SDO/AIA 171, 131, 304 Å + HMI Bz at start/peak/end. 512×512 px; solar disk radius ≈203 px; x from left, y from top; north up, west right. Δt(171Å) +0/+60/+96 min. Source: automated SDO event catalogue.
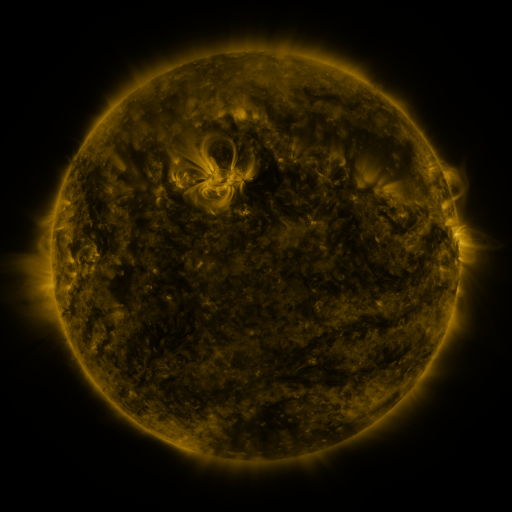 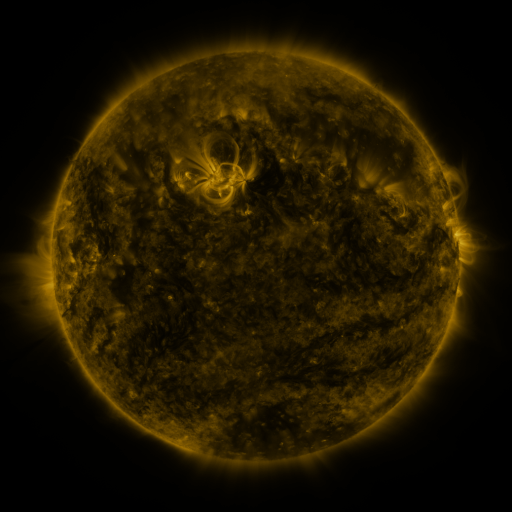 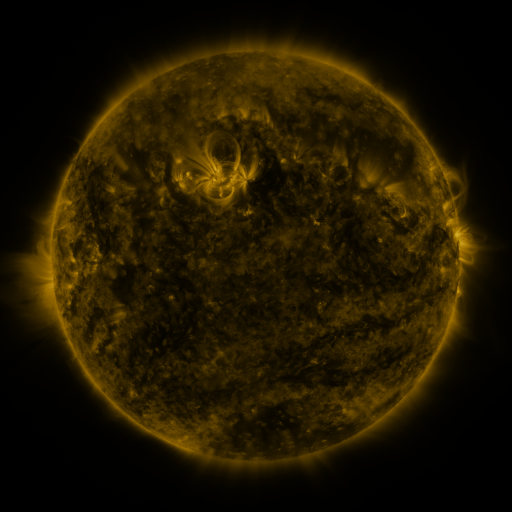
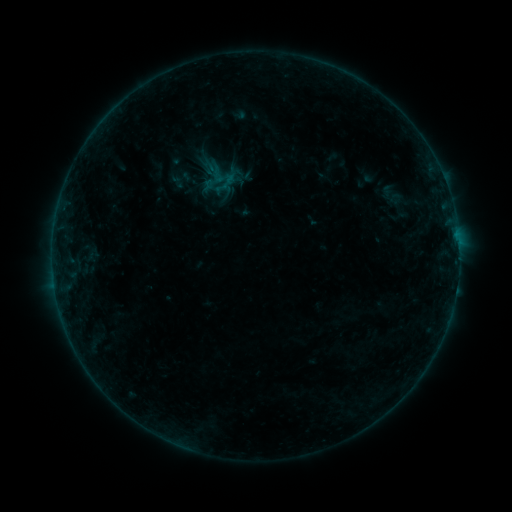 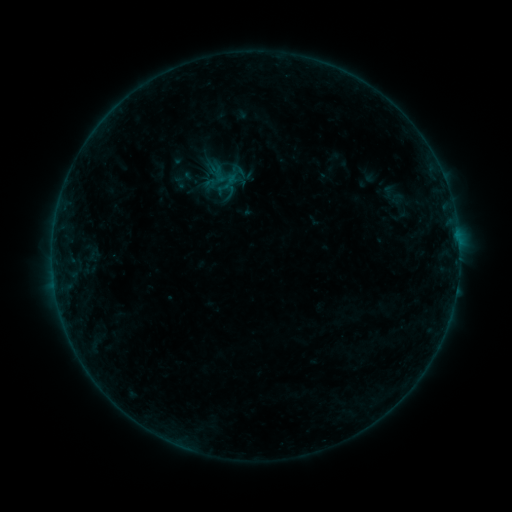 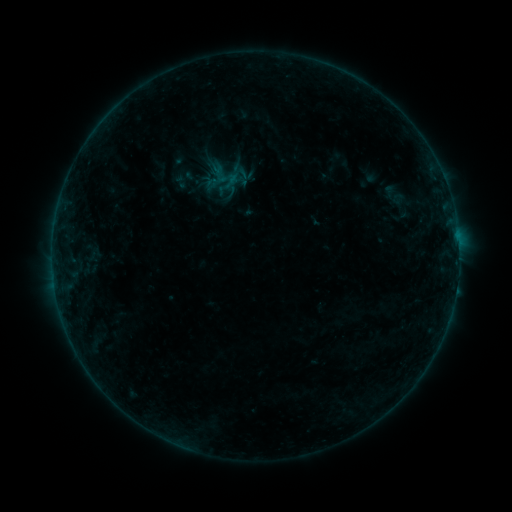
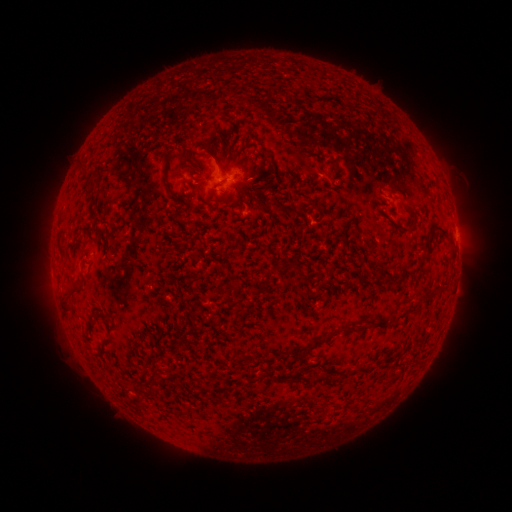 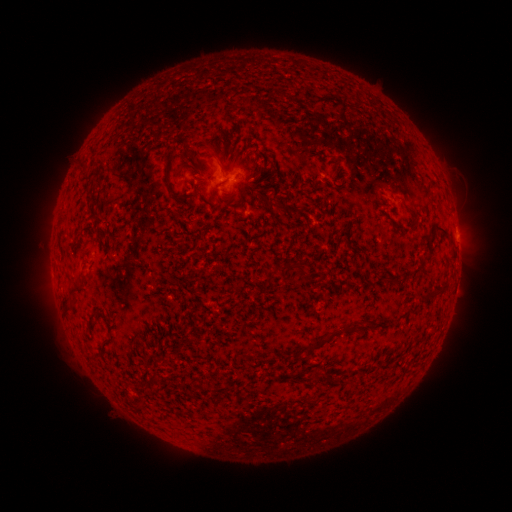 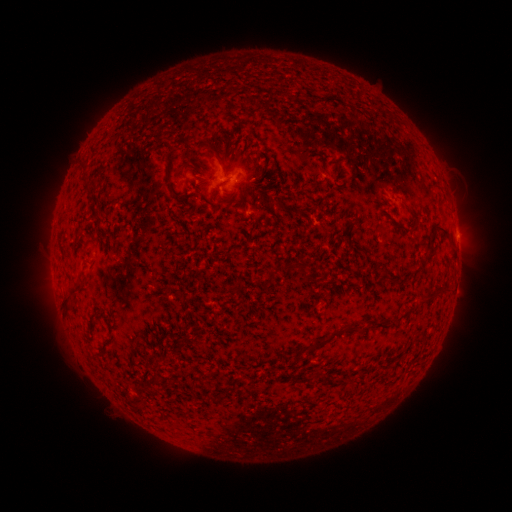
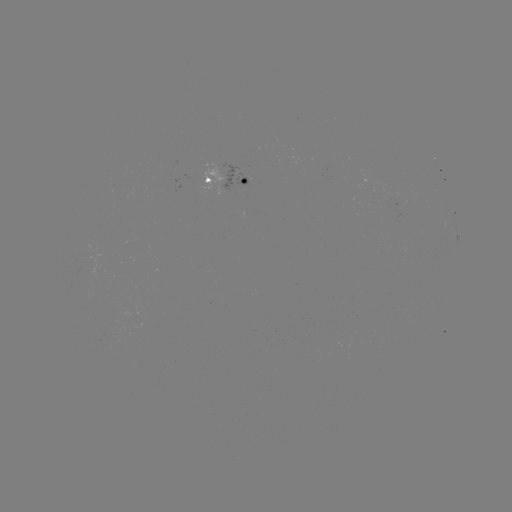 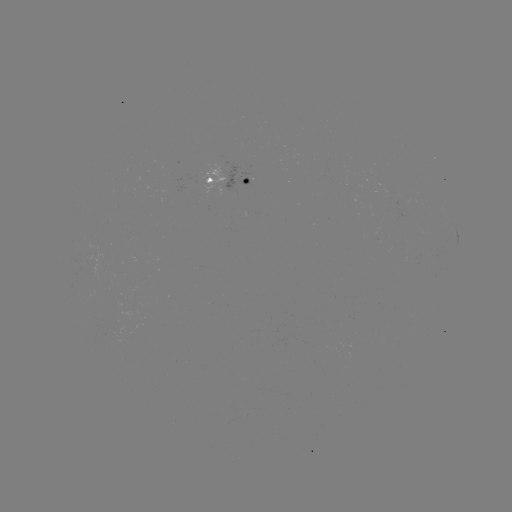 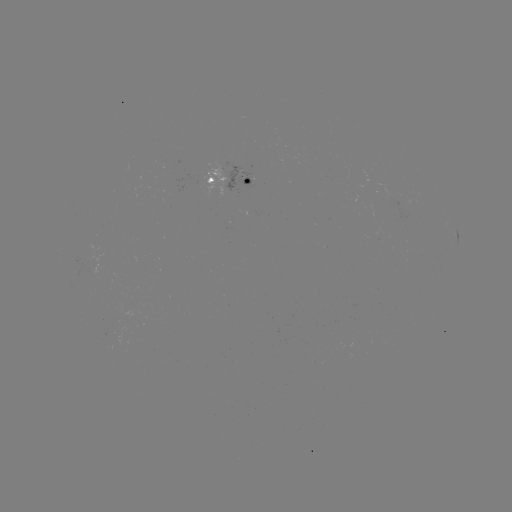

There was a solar emerging-flux region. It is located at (201, 176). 